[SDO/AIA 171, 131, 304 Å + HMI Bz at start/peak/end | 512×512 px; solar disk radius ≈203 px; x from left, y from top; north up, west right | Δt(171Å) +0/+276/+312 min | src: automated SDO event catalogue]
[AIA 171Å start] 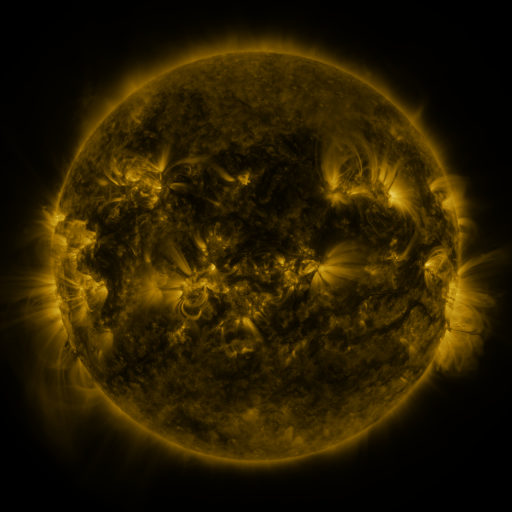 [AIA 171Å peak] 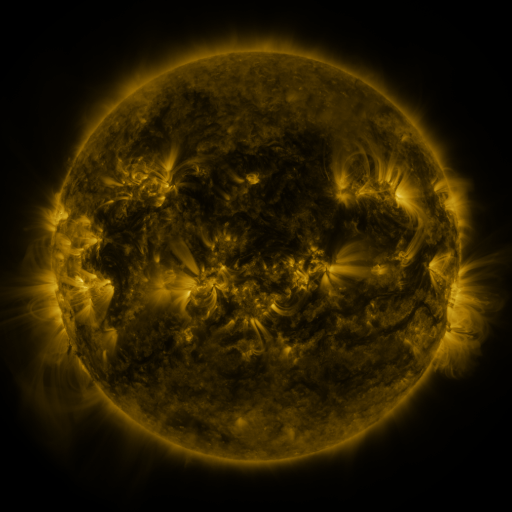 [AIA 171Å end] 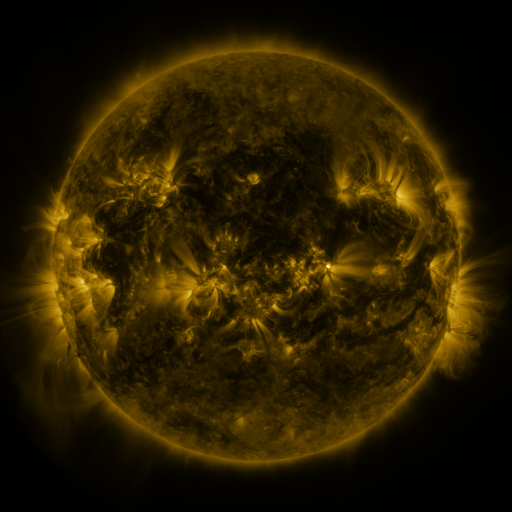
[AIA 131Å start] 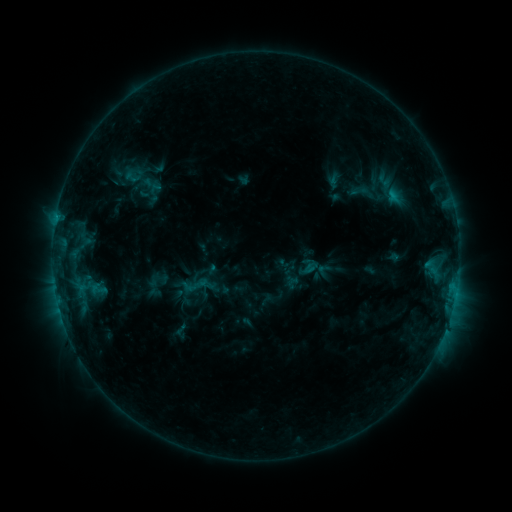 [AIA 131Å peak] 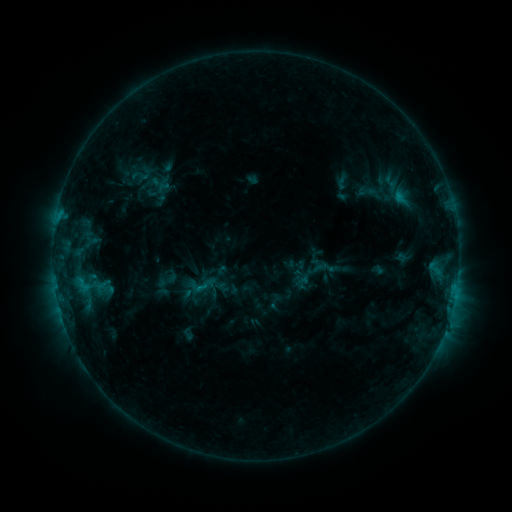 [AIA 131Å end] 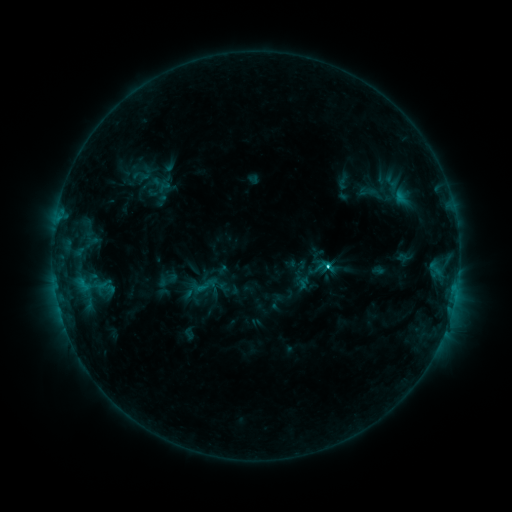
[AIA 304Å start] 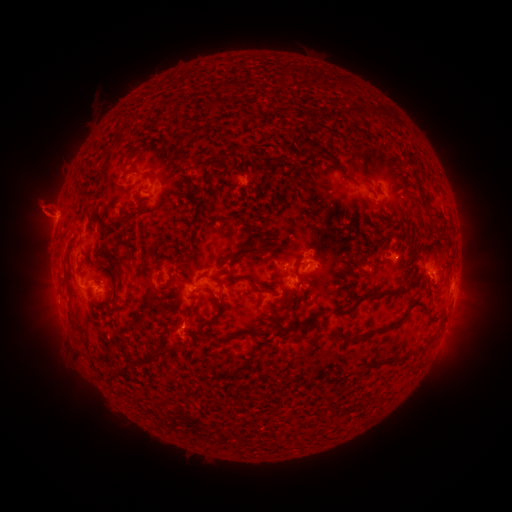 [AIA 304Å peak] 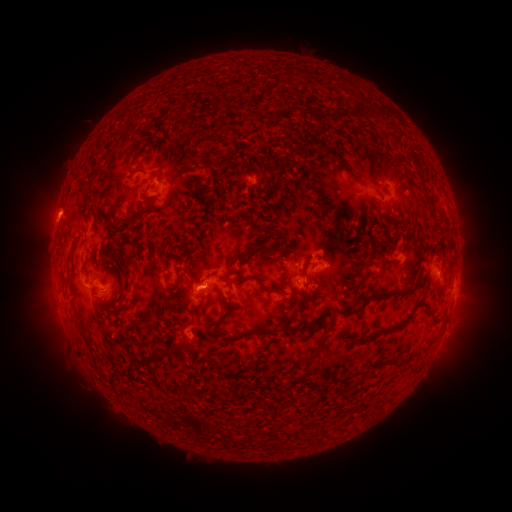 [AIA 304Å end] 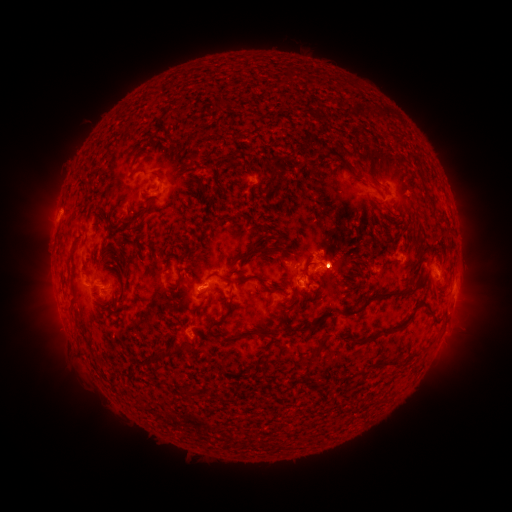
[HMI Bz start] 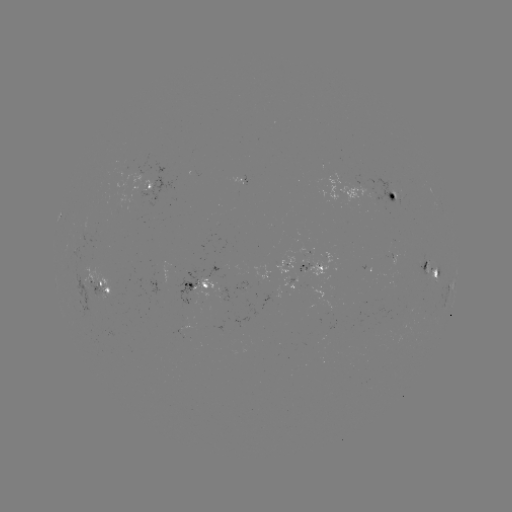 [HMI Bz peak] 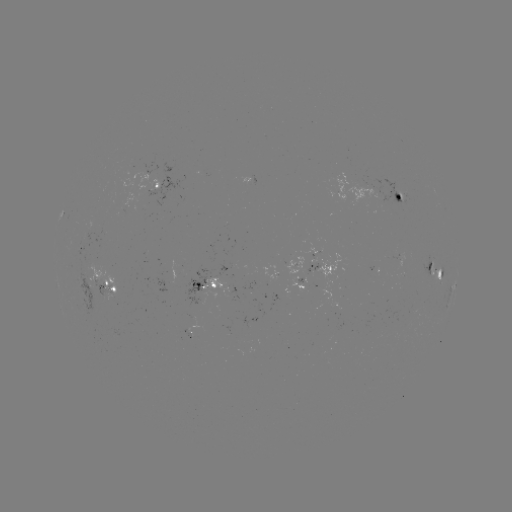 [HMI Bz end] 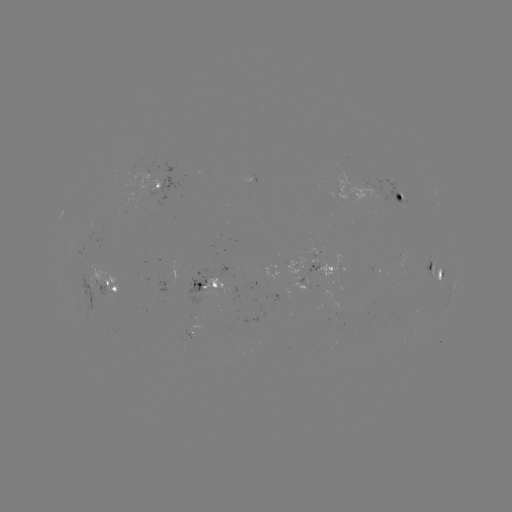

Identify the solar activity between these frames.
emerging-flux region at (189, 278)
